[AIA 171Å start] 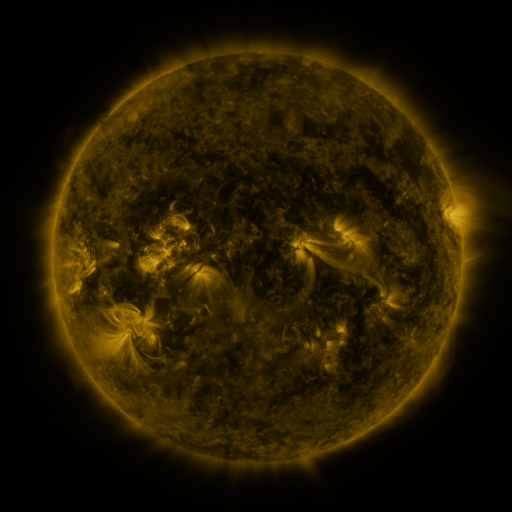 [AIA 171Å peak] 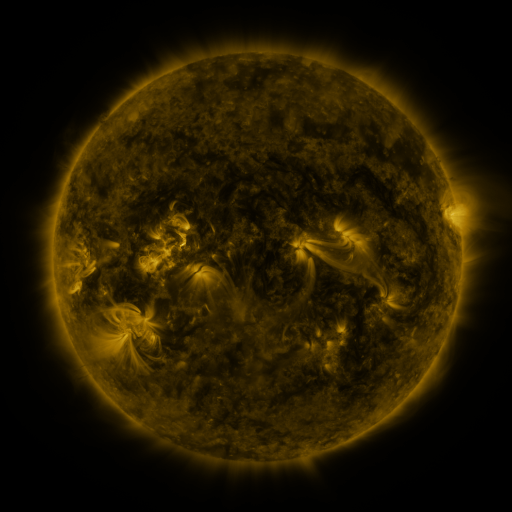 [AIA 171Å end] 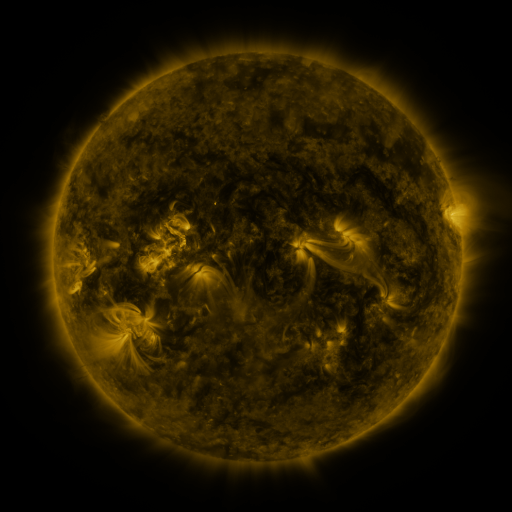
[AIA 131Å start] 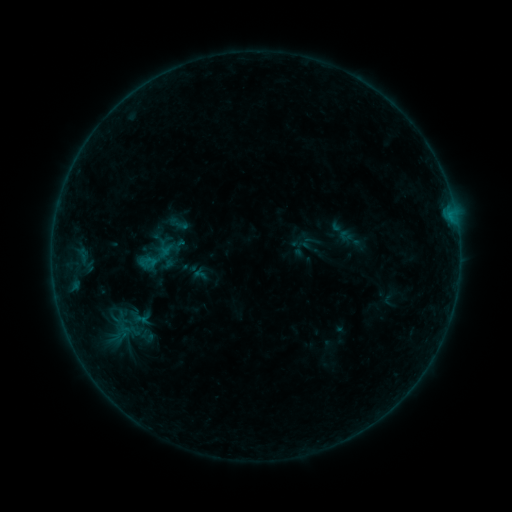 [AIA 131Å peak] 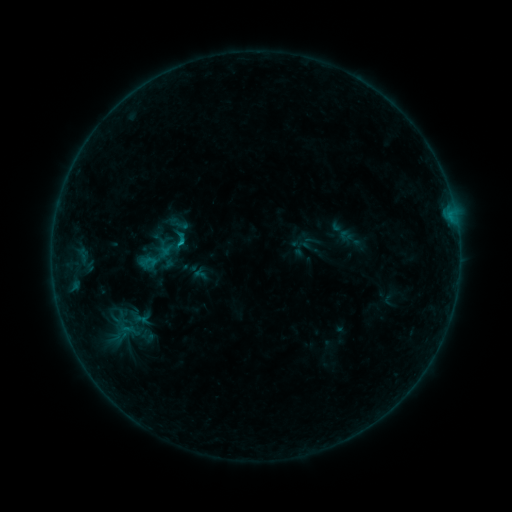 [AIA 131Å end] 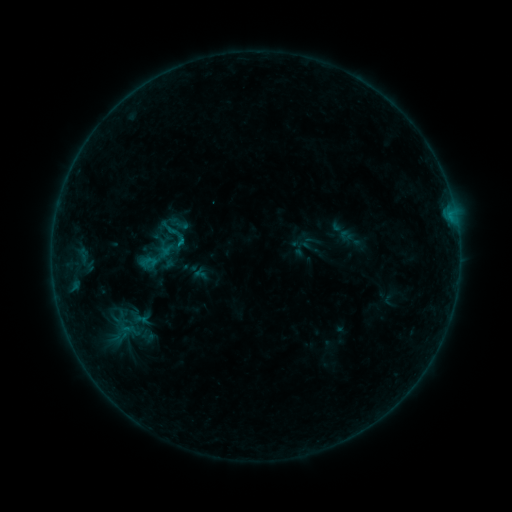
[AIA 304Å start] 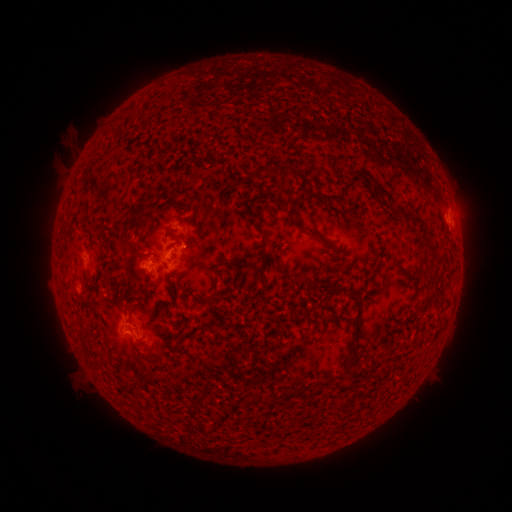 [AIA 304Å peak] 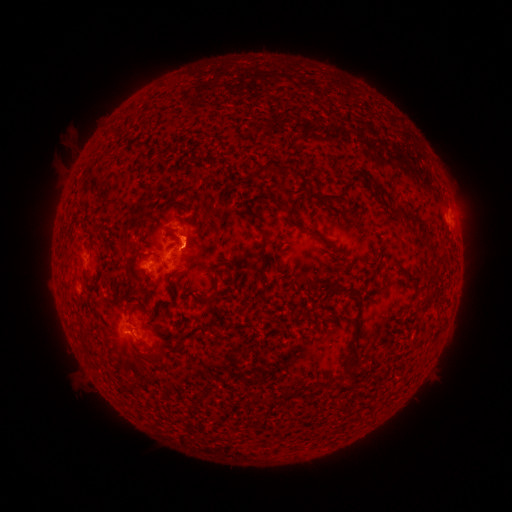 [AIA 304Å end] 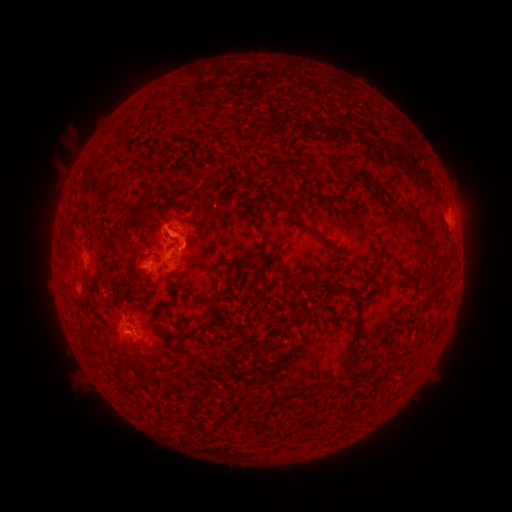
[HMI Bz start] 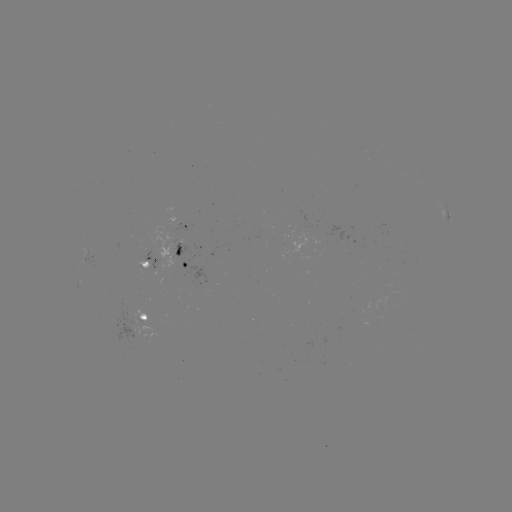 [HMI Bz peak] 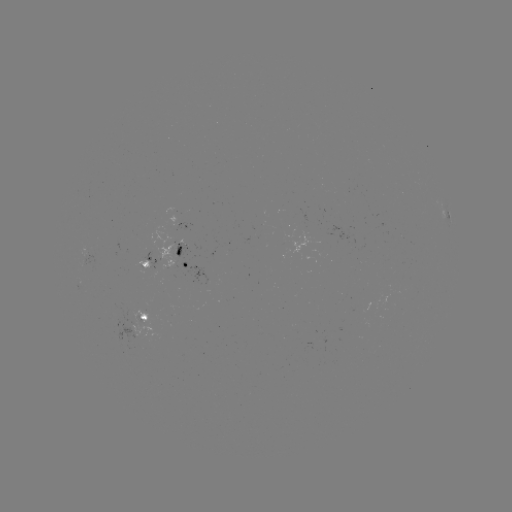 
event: flare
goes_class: B4.5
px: (183, 249)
